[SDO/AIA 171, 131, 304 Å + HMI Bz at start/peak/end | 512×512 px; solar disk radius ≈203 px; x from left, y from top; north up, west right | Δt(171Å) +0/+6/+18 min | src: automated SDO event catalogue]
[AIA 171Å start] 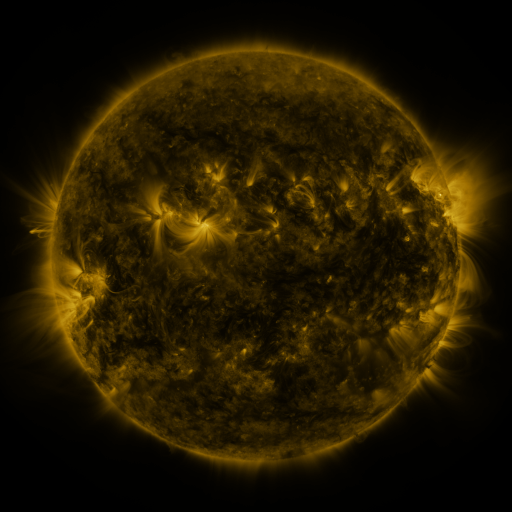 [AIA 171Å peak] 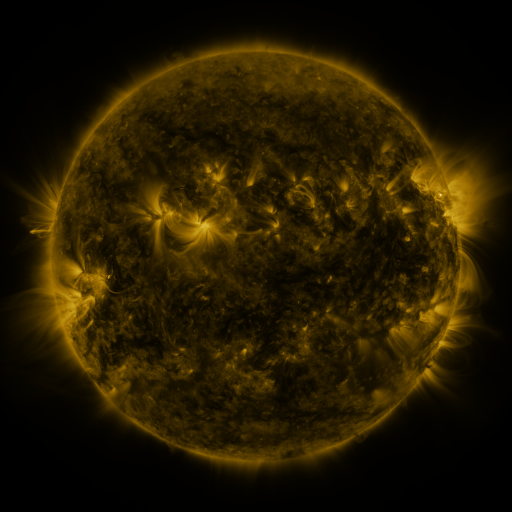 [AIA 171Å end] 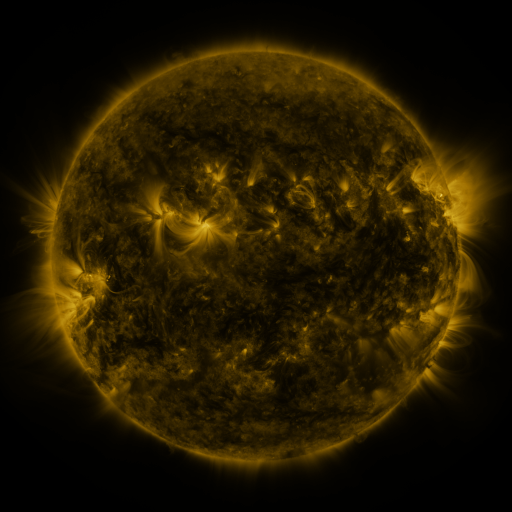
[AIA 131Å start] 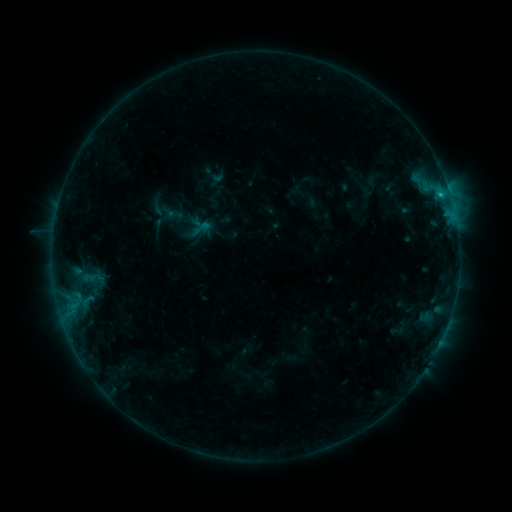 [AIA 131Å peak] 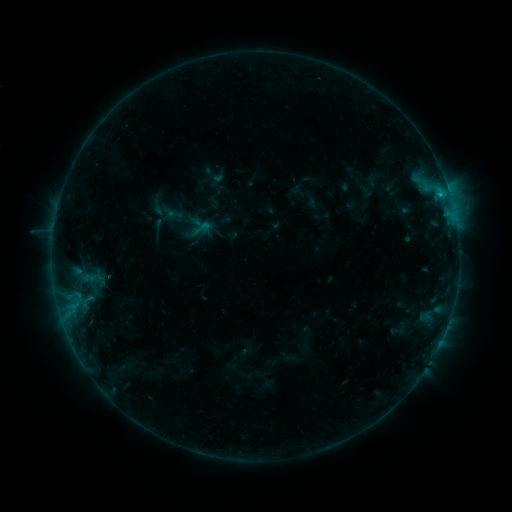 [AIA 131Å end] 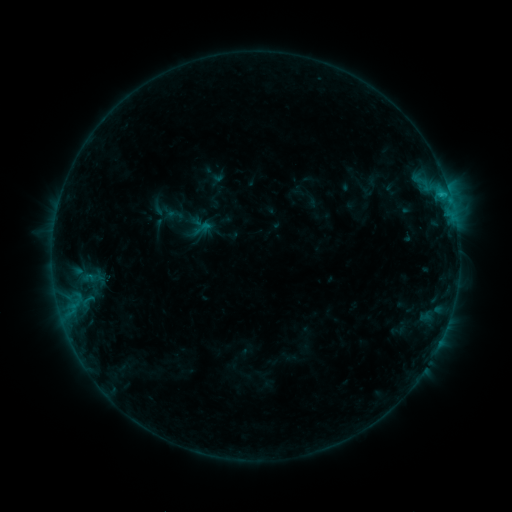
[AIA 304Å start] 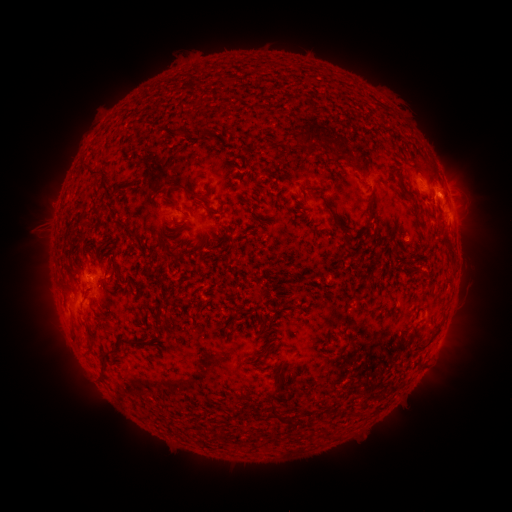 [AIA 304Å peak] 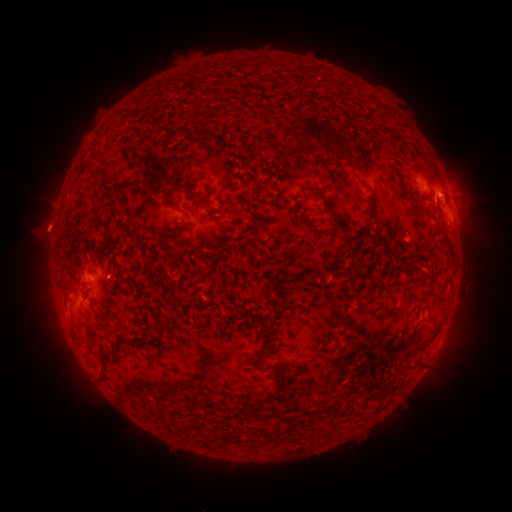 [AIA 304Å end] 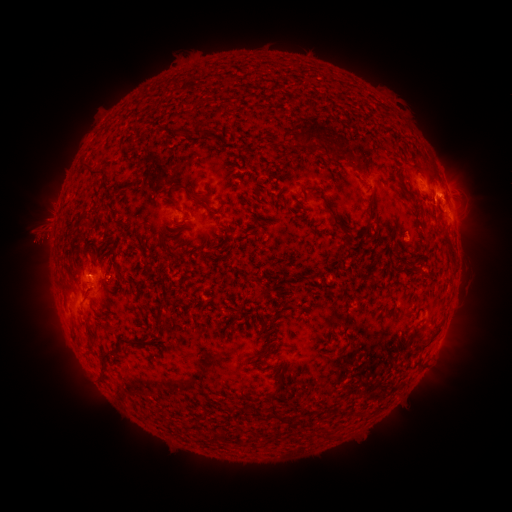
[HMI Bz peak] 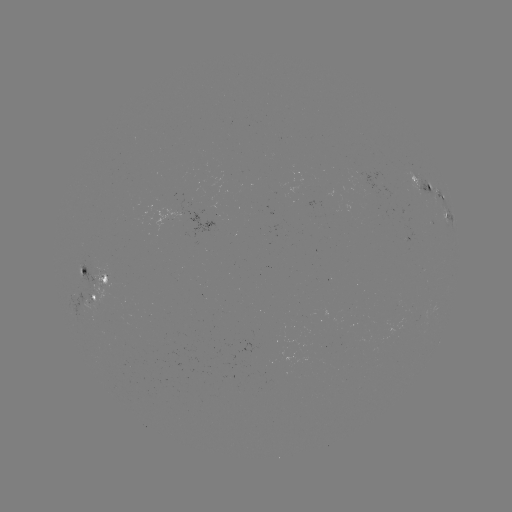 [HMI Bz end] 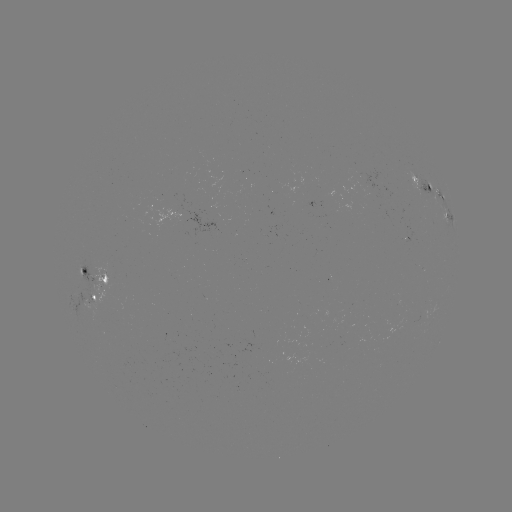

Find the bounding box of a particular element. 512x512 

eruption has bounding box [10, 161, 76, 275].